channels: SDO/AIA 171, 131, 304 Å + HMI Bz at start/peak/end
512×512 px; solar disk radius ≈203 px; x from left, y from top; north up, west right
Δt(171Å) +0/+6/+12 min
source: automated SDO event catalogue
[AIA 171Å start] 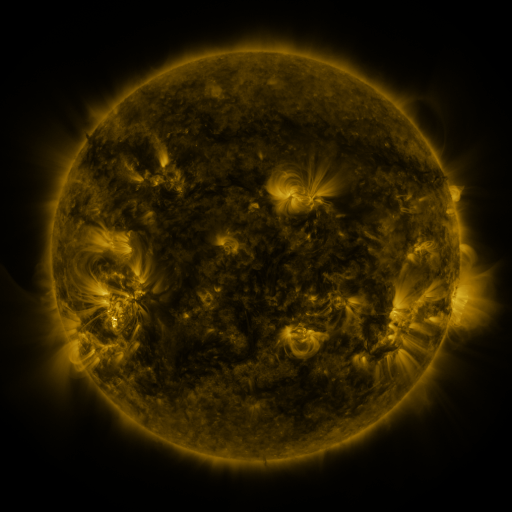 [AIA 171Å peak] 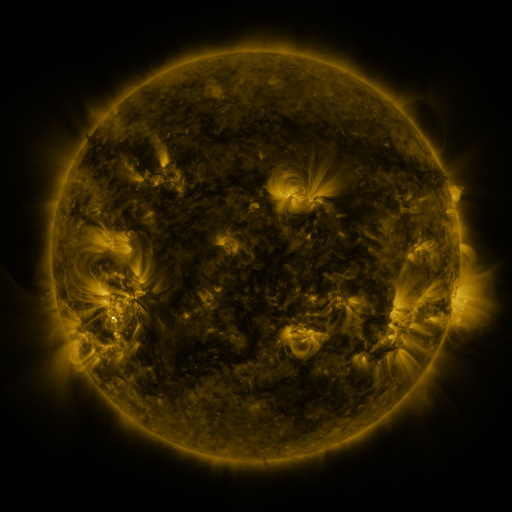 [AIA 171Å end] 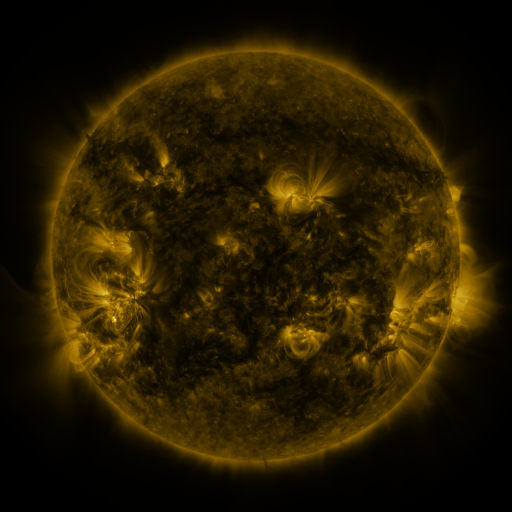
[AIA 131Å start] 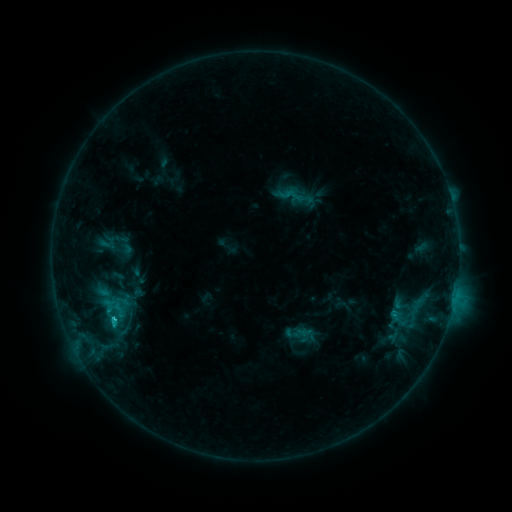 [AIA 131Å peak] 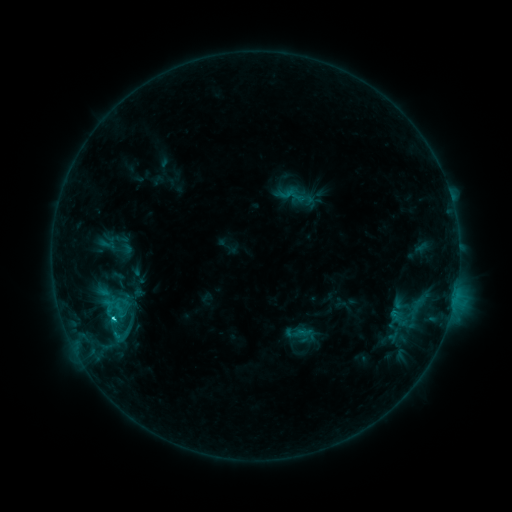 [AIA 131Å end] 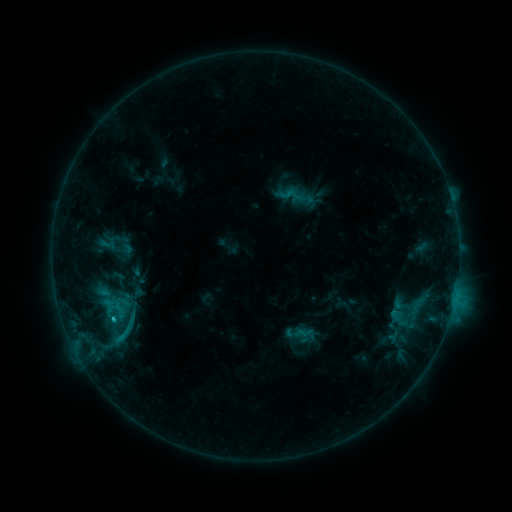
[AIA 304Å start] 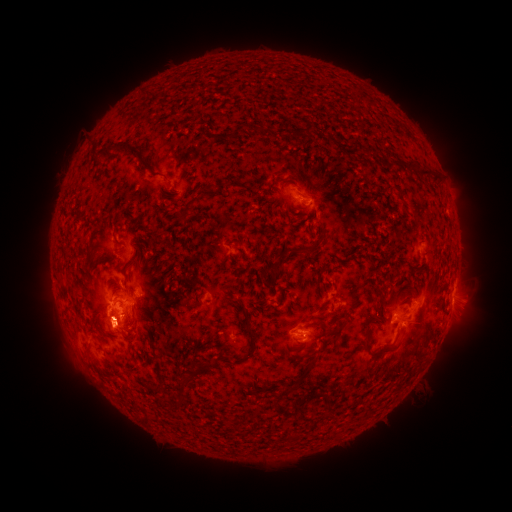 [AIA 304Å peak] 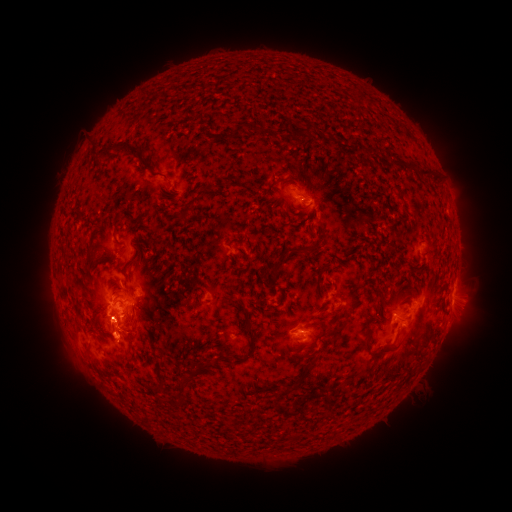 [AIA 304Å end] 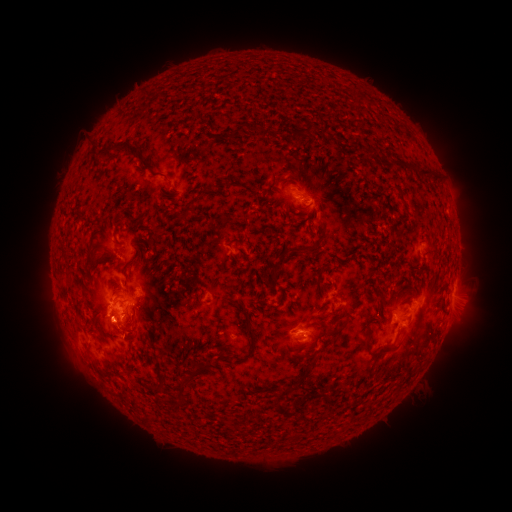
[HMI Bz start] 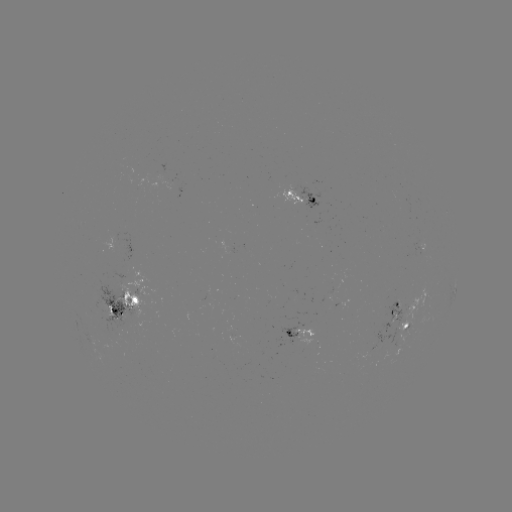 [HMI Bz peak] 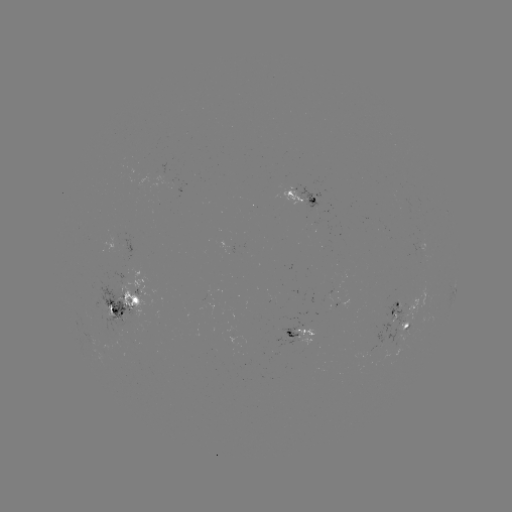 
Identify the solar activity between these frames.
C3.1 flare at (114, 317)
